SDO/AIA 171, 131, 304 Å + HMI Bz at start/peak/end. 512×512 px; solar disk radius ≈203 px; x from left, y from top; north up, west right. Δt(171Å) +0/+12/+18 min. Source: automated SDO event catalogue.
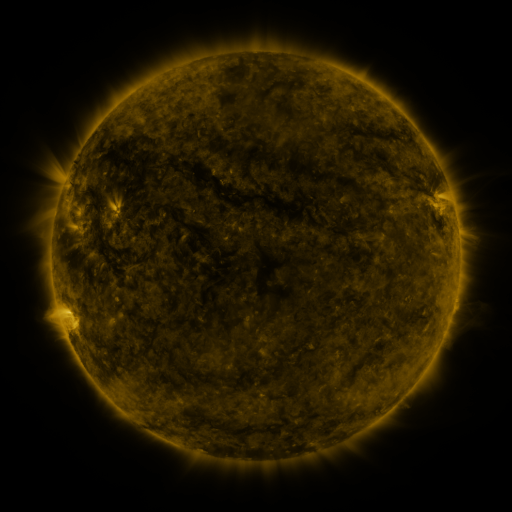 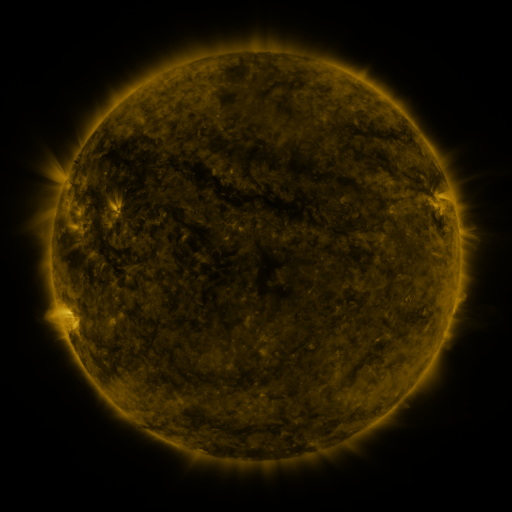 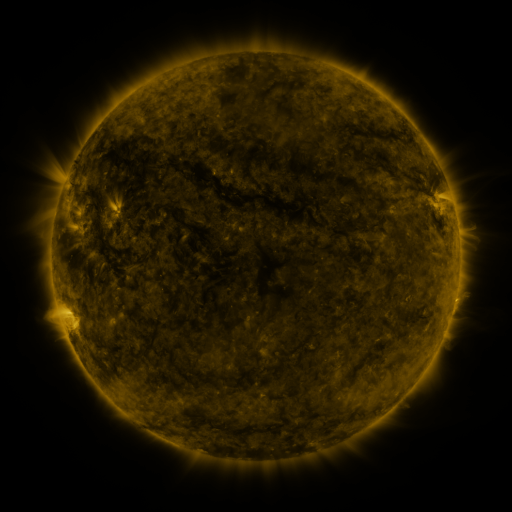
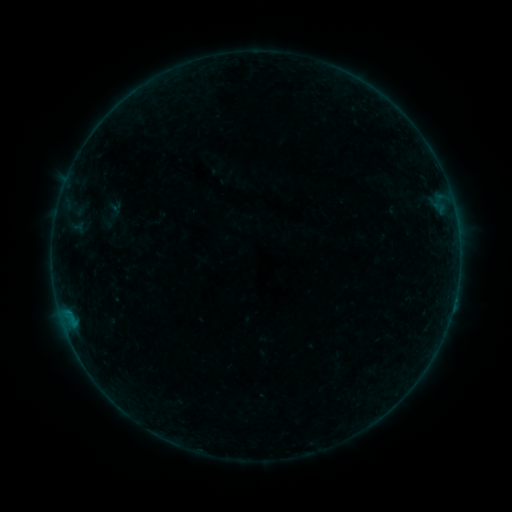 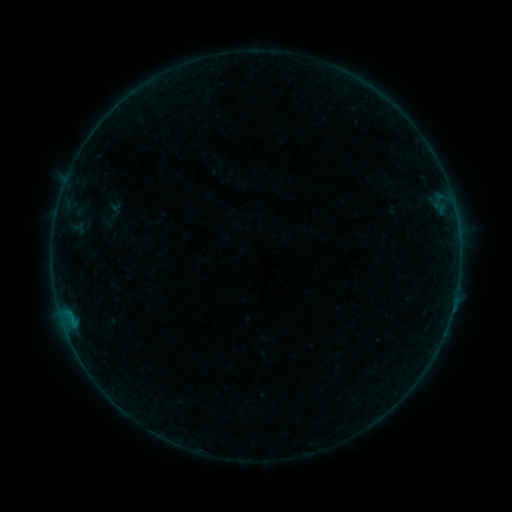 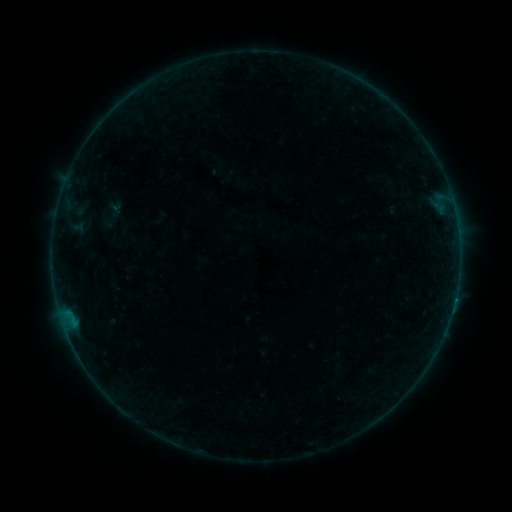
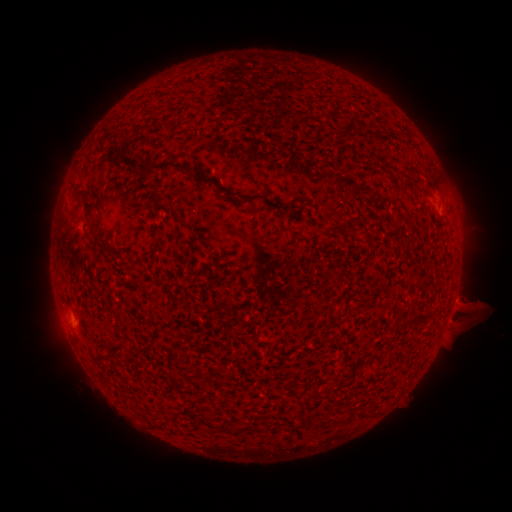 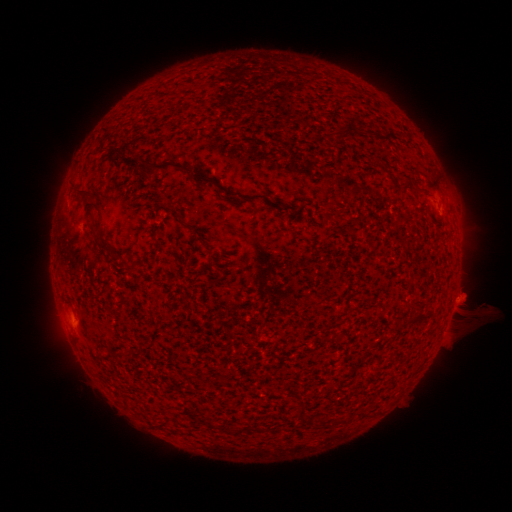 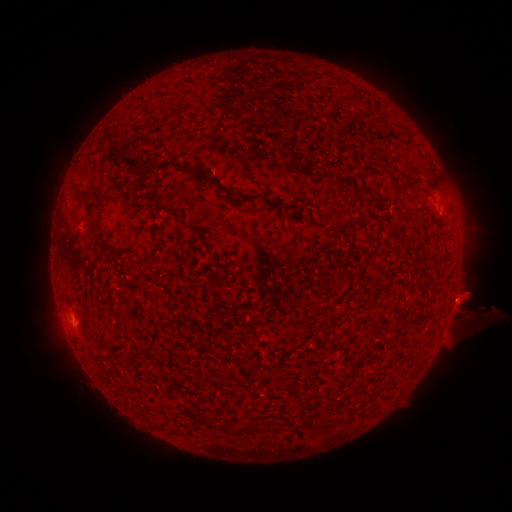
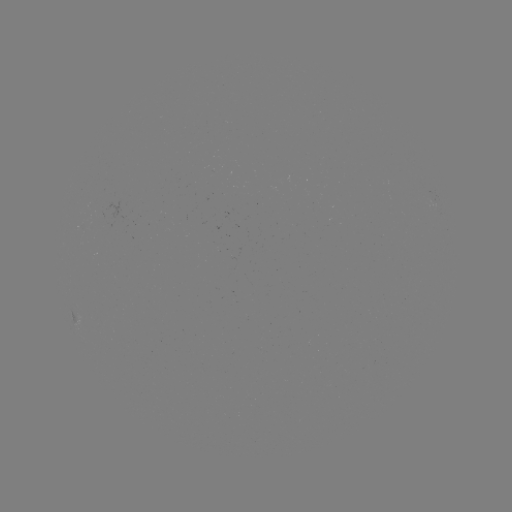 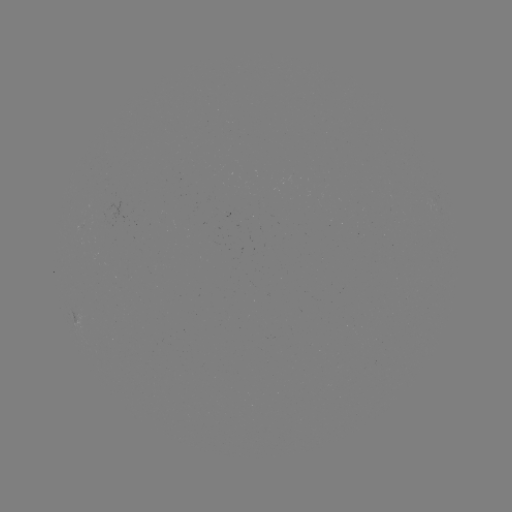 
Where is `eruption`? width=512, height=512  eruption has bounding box [433, 274, 482, 320].